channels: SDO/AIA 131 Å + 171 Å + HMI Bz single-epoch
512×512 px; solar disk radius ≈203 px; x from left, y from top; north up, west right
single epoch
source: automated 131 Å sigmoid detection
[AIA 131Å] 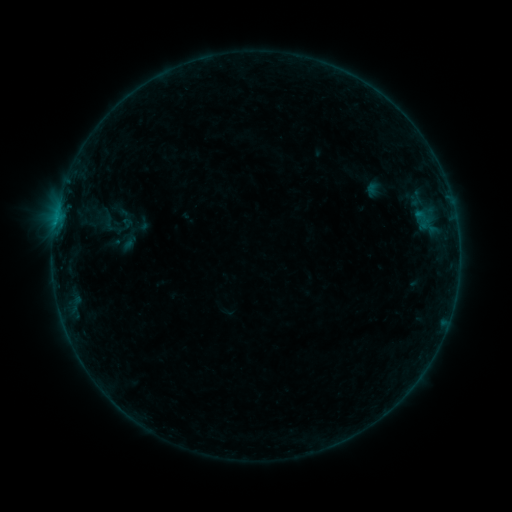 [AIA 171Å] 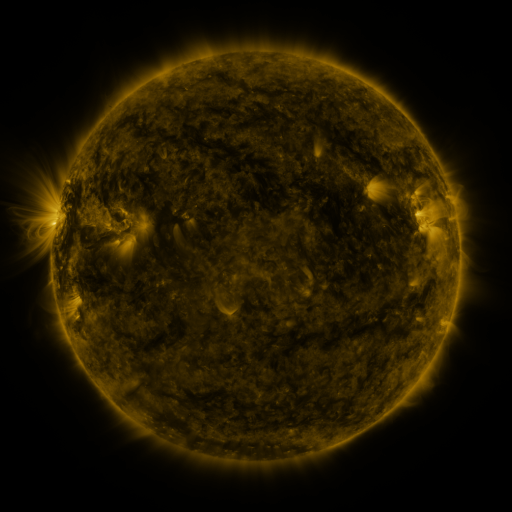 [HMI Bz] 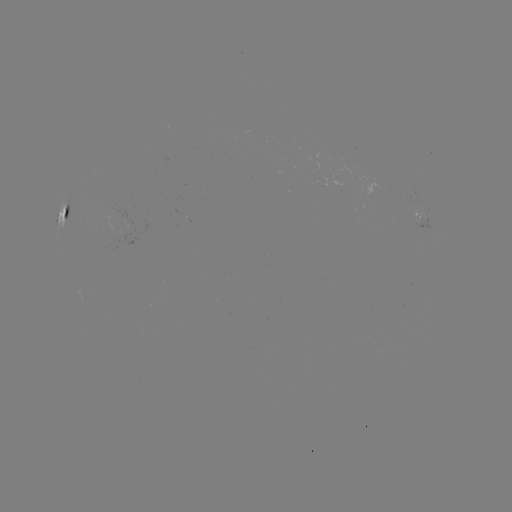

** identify sigmoid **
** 107,218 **